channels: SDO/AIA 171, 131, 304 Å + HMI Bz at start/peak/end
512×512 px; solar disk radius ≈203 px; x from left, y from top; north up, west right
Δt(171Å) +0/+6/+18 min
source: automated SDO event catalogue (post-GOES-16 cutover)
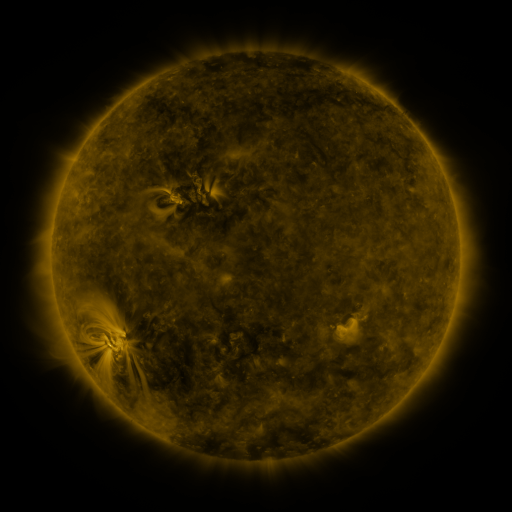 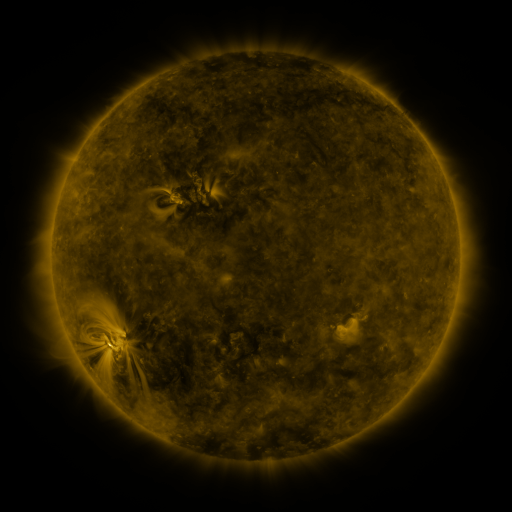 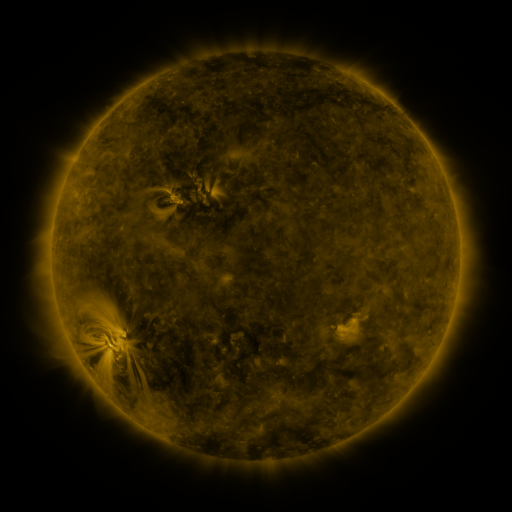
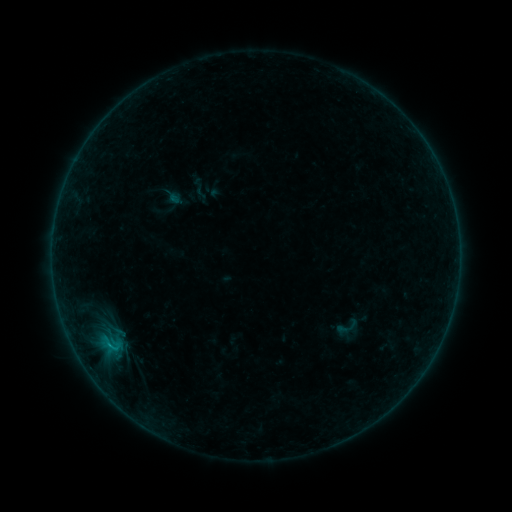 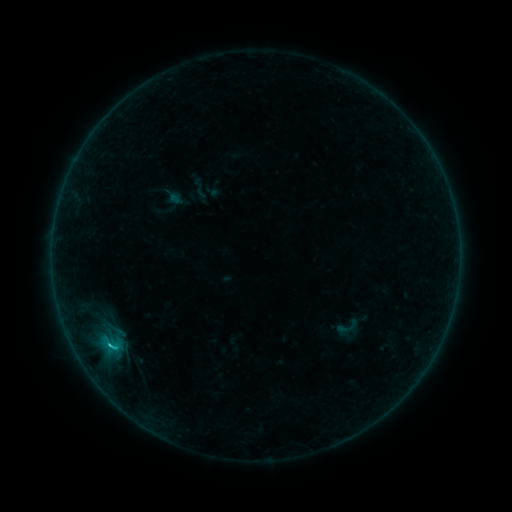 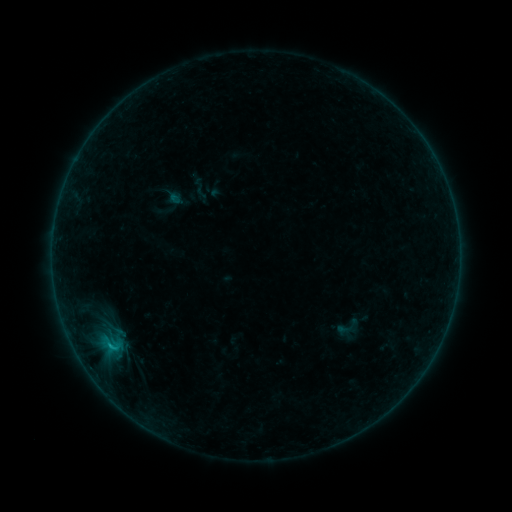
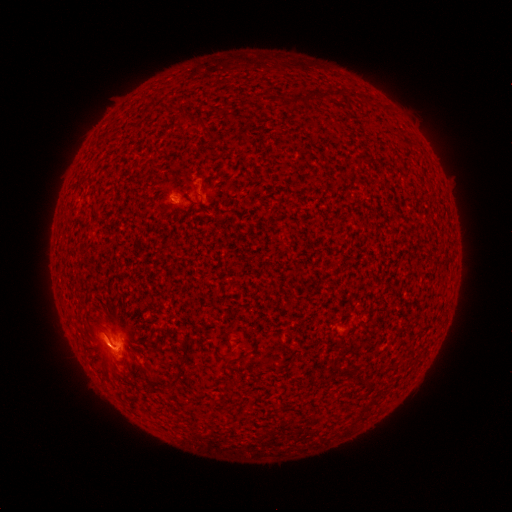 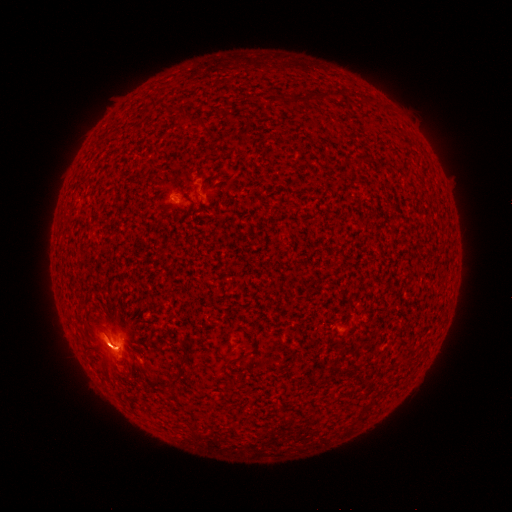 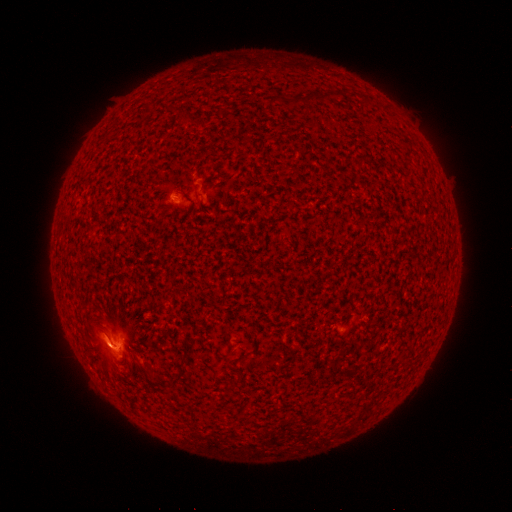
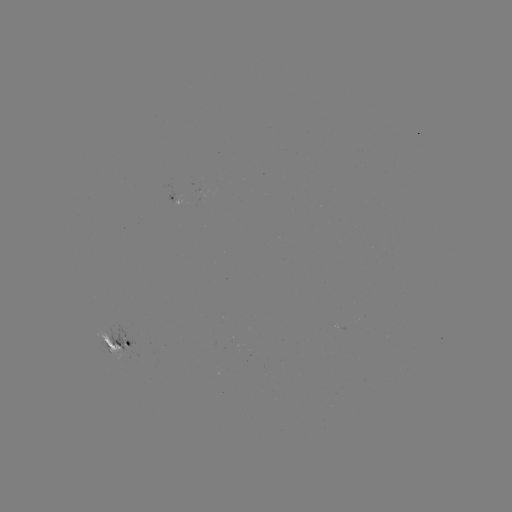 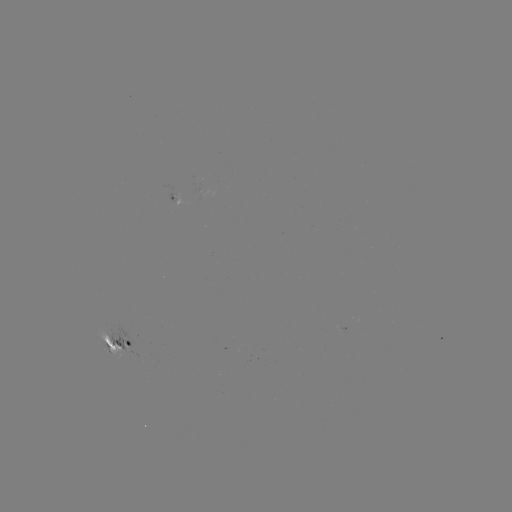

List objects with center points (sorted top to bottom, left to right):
C1.0 flare: (110, 343)
